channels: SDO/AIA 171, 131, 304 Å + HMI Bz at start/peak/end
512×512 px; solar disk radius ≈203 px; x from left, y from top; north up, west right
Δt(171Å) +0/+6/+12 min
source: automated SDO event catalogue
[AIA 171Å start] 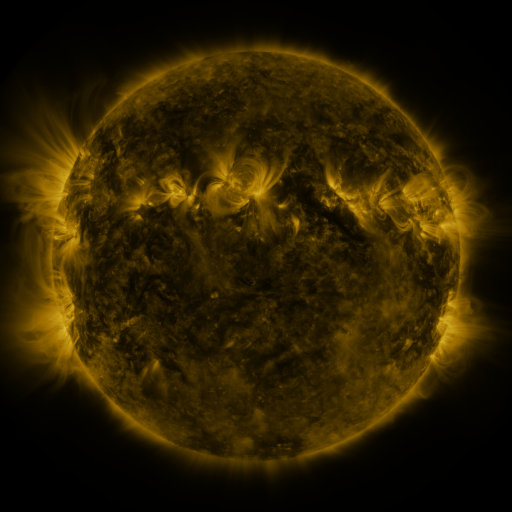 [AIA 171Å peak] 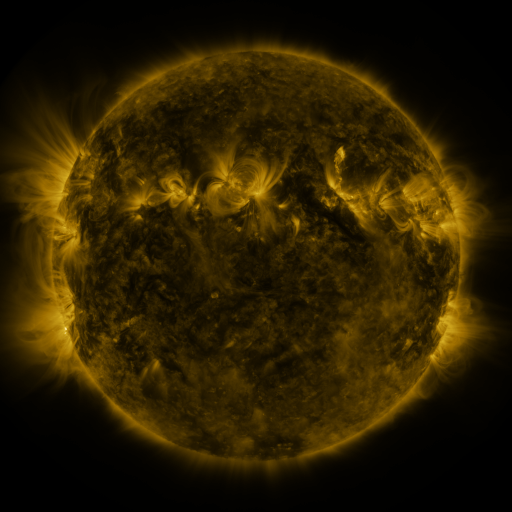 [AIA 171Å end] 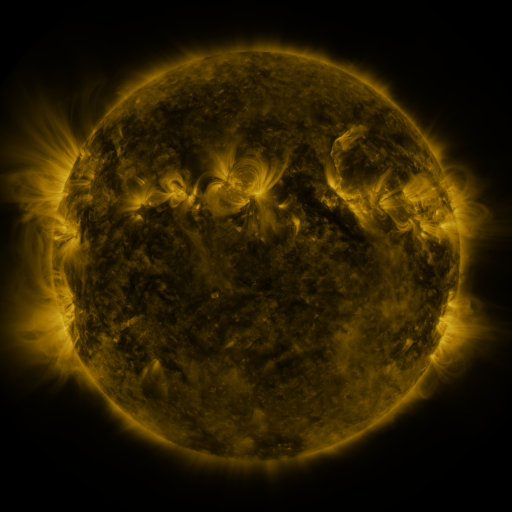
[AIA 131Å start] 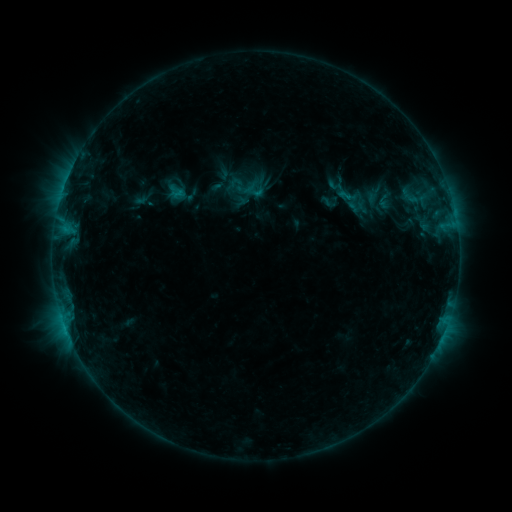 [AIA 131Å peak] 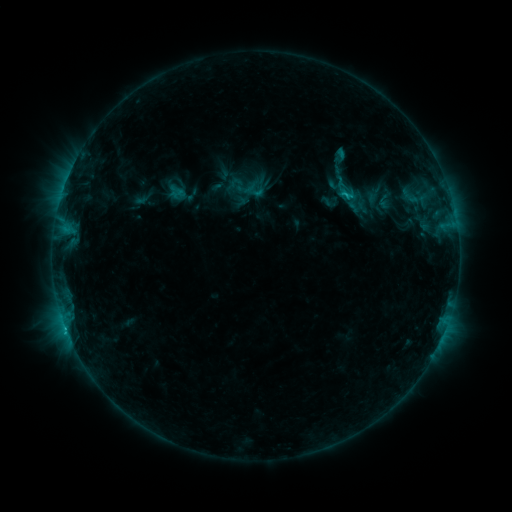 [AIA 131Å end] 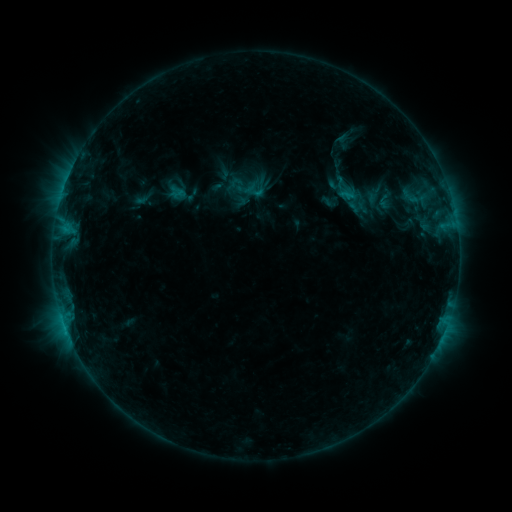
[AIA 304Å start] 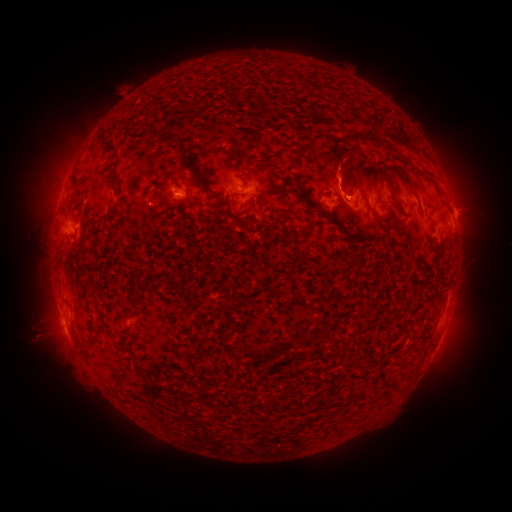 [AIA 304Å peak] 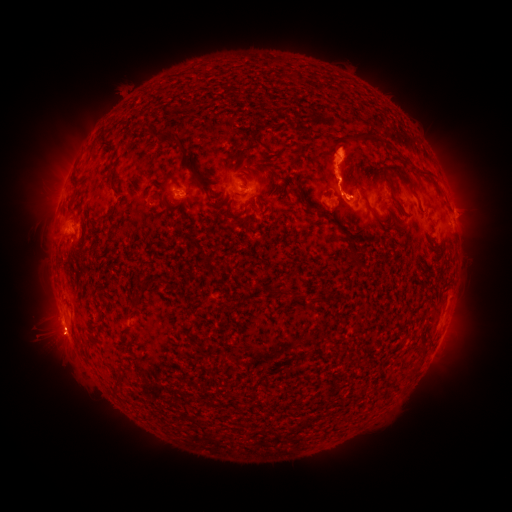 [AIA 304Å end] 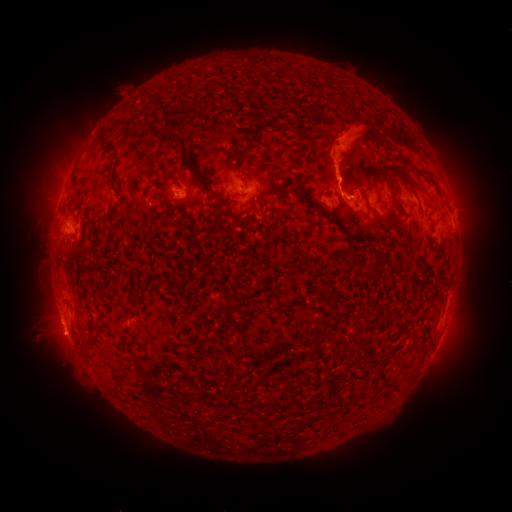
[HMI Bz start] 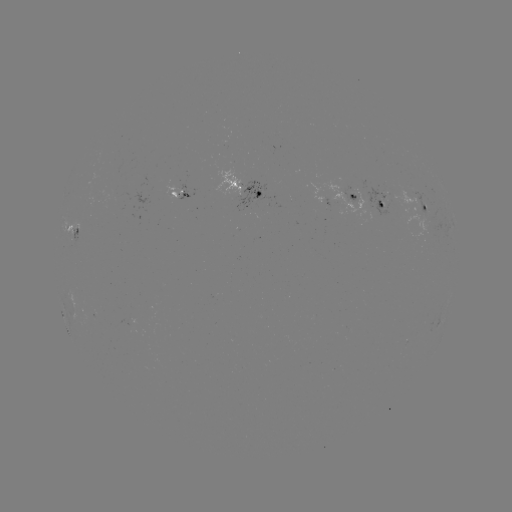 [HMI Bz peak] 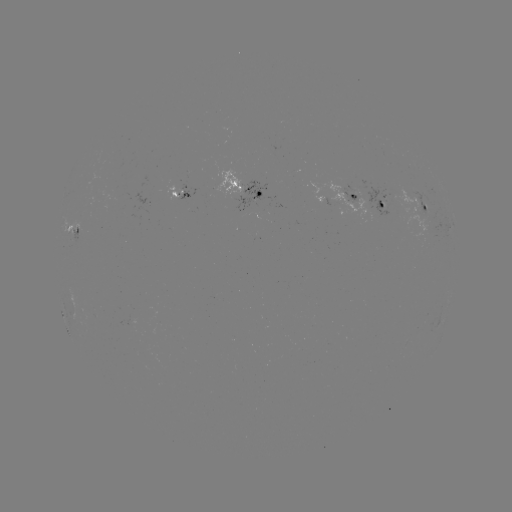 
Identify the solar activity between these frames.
C1.2 flare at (344, 196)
